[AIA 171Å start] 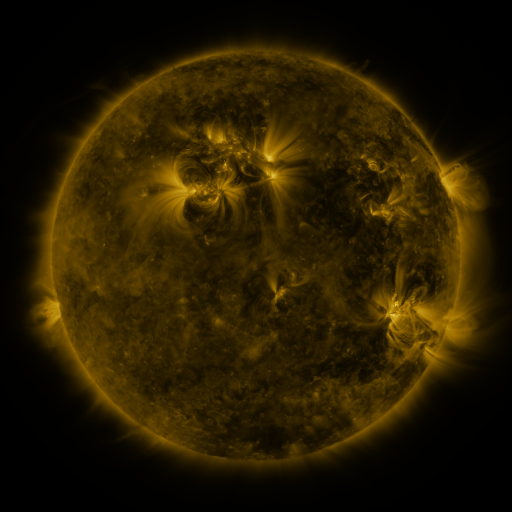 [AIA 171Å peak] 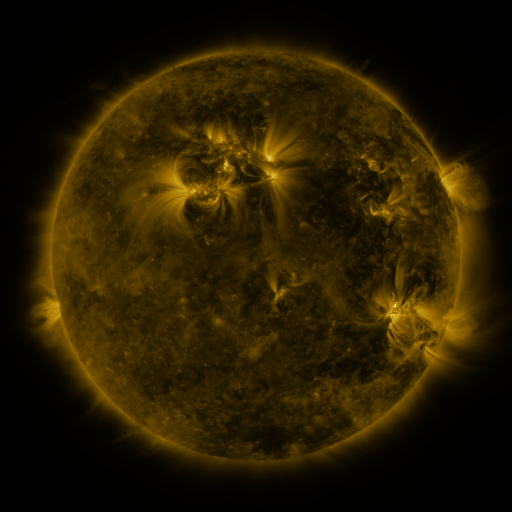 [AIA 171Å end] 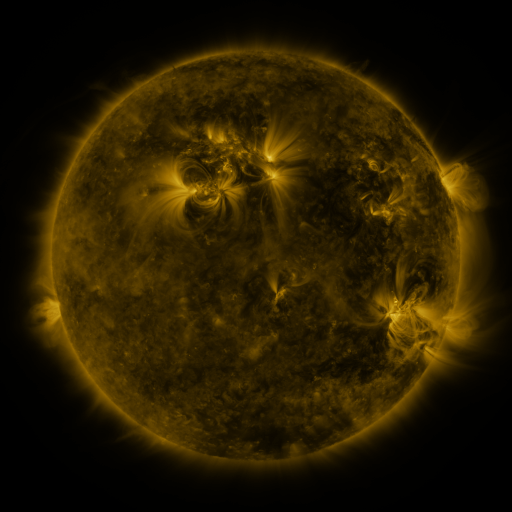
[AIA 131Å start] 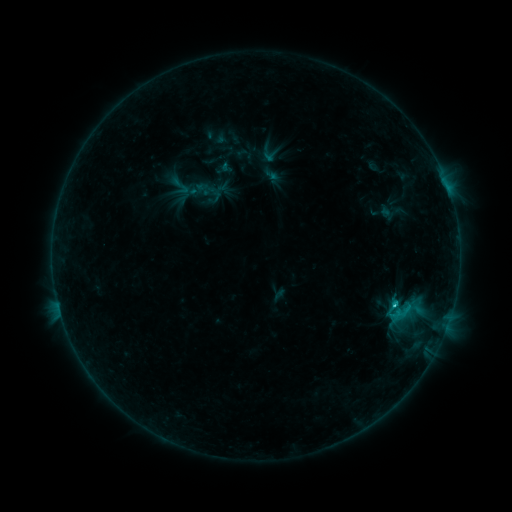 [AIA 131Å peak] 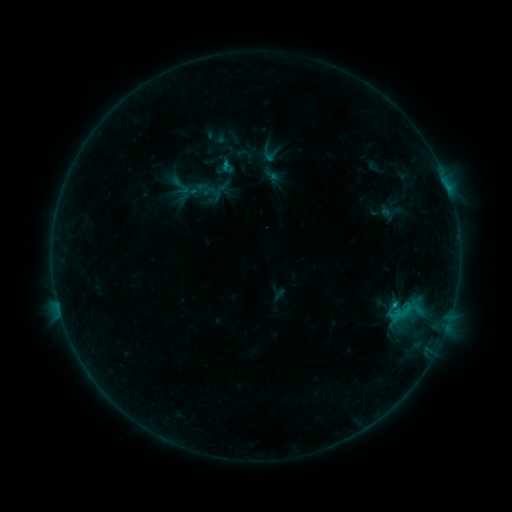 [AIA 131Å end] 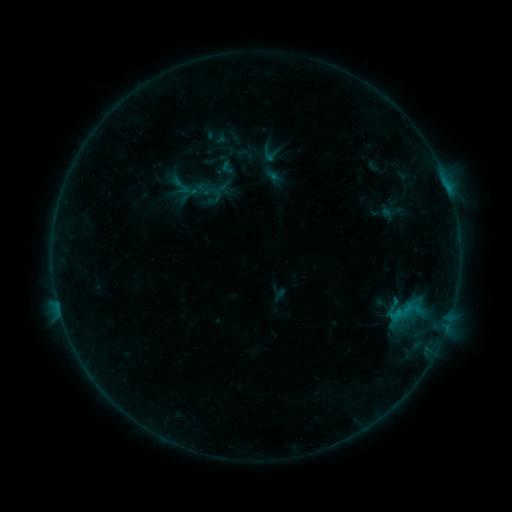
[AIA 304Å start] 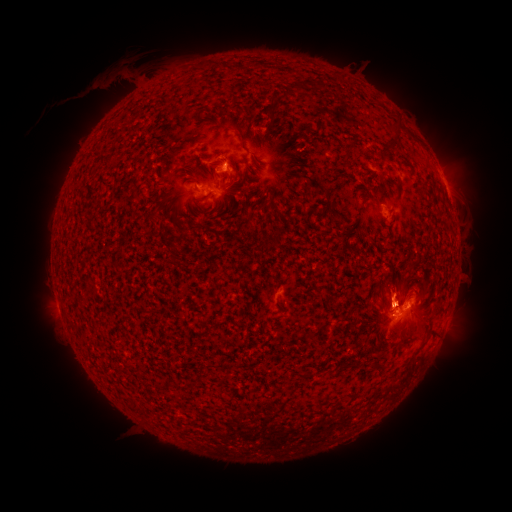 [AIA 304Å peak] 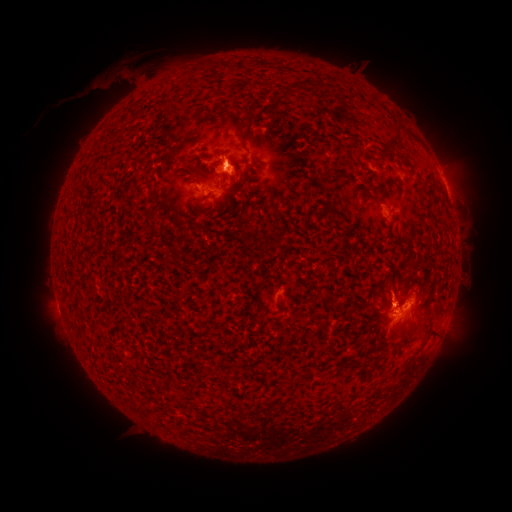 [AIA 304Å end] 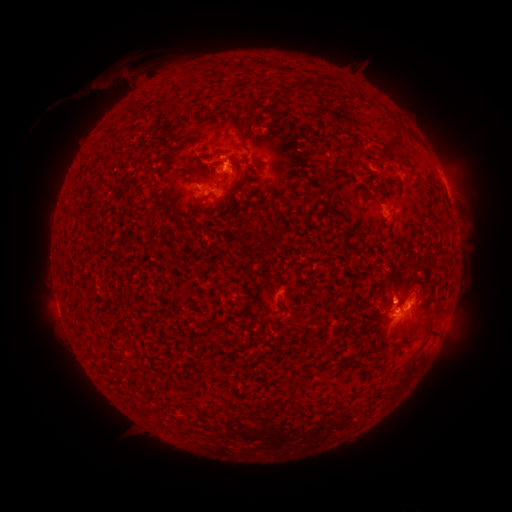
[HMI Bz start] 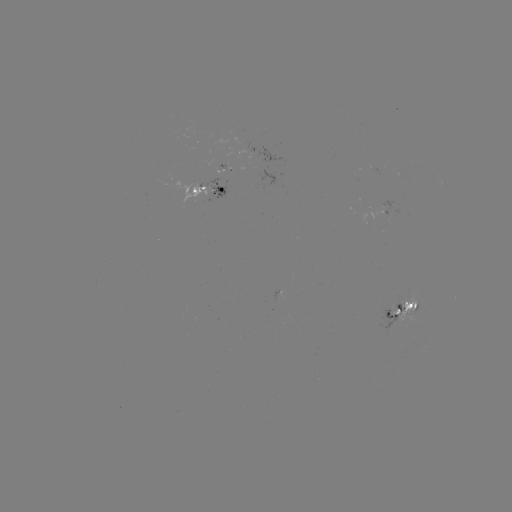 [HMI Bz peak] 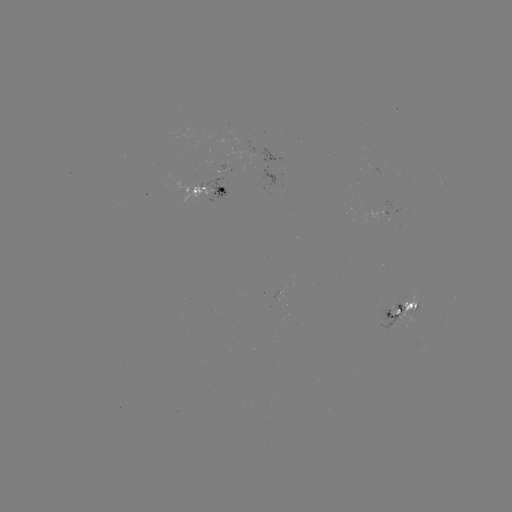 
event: eruption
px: (235, 179)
